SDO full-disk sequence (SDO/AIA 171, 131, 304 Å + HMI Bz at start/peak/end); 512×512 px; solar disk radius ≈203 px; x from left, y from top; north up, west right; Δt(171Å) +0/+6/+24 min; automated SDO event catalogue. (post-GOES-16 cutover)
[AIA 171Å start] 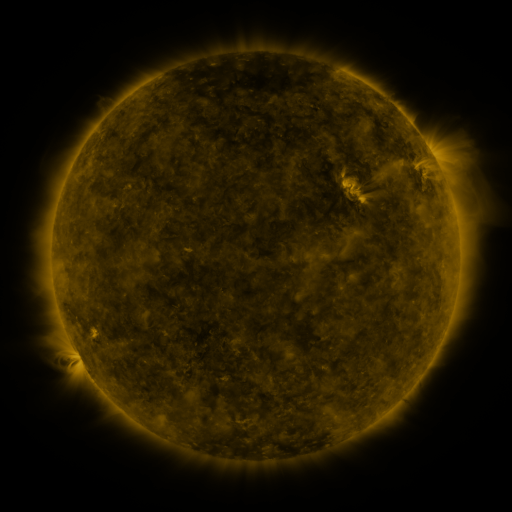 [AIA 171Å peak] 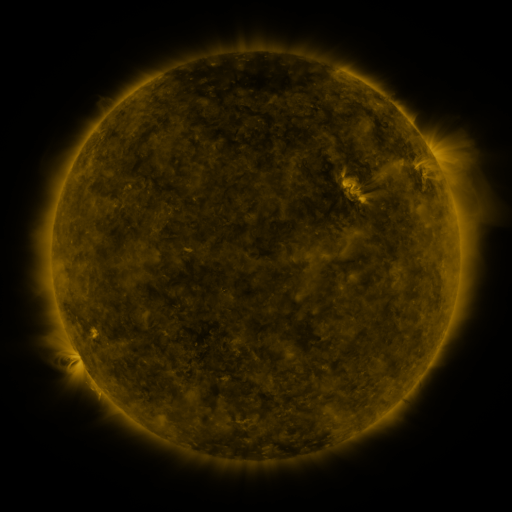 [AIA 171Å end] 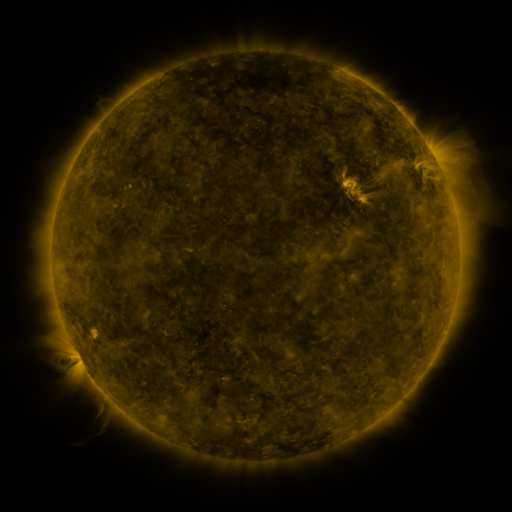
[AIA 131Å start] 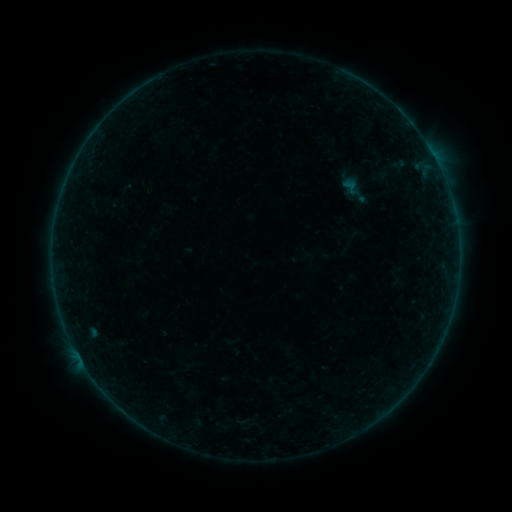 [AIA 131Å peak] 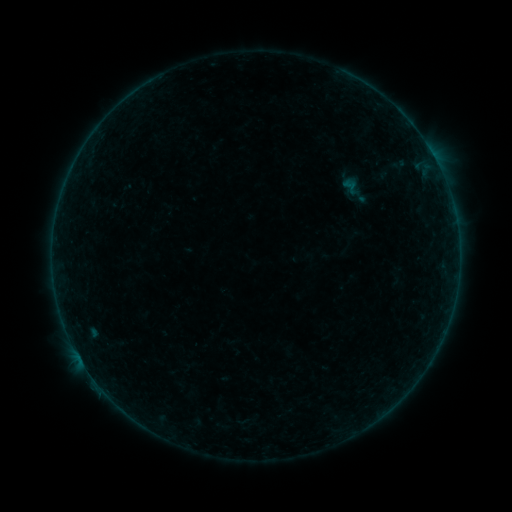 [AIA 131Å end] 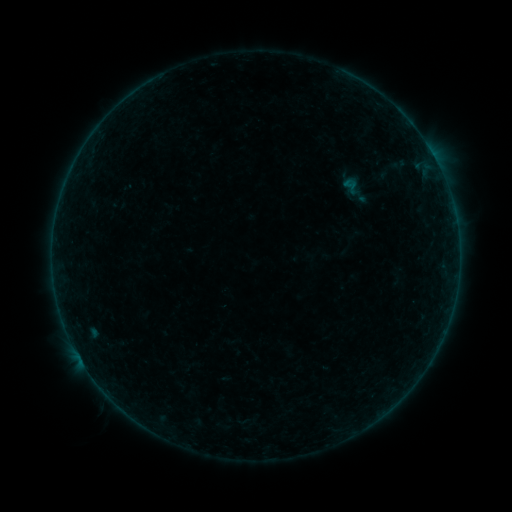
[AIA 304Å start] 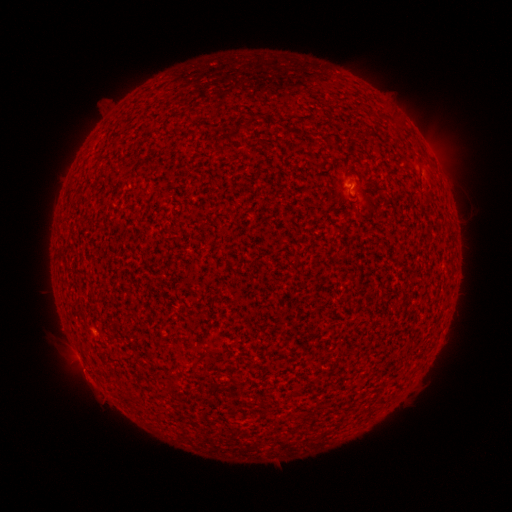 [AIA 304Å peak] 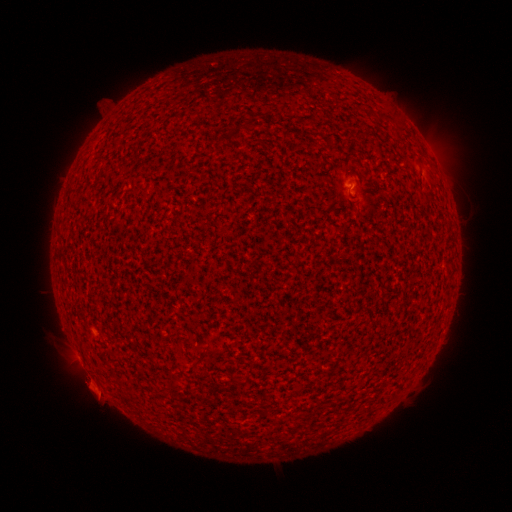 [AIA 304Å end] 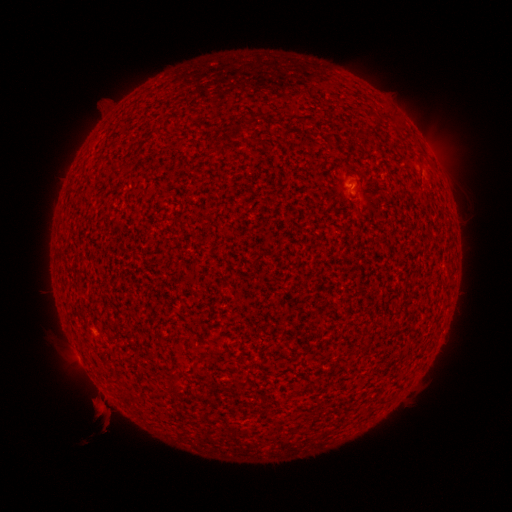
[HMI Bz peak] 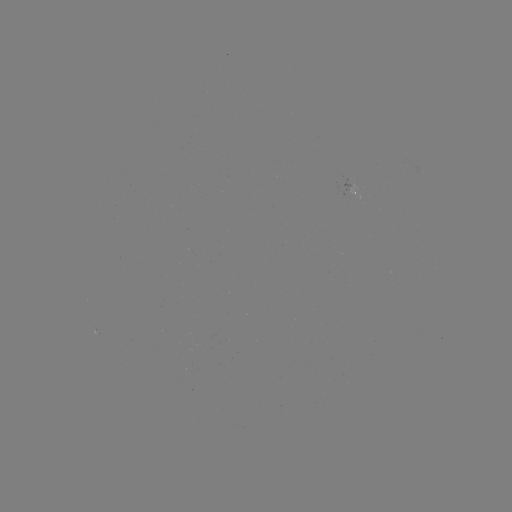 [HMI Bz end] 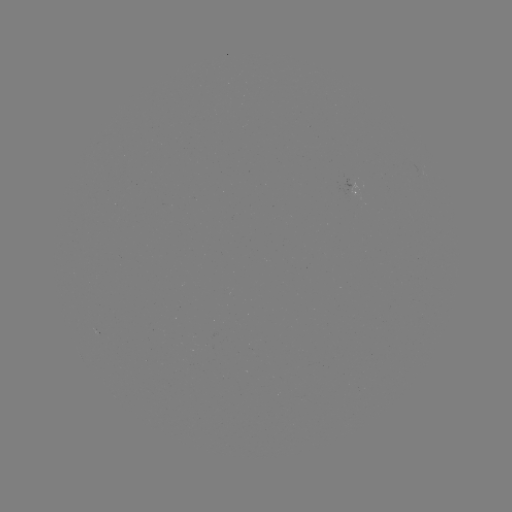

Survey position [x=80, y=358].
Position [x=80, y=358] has B1.0 flare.